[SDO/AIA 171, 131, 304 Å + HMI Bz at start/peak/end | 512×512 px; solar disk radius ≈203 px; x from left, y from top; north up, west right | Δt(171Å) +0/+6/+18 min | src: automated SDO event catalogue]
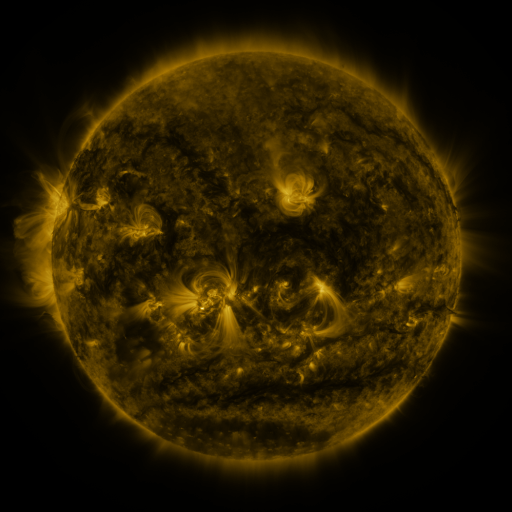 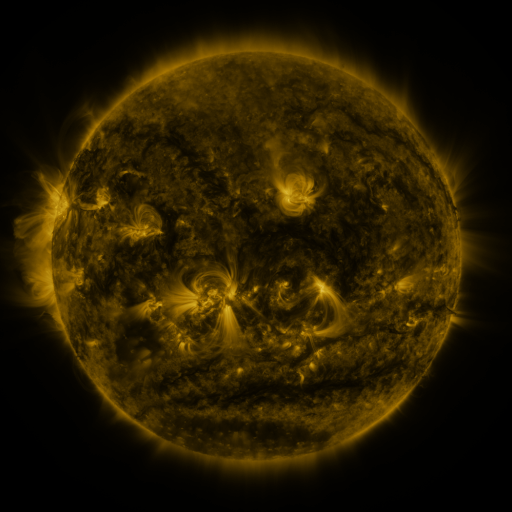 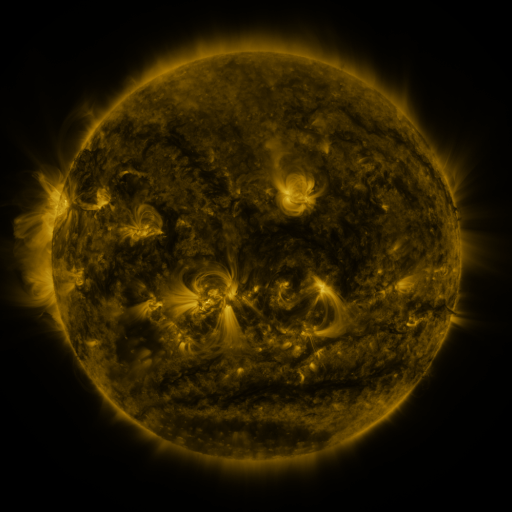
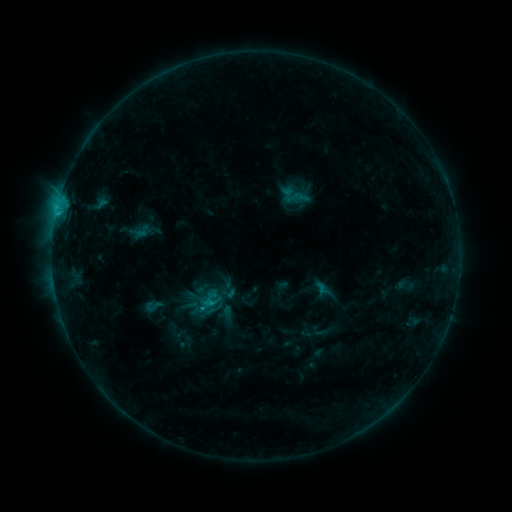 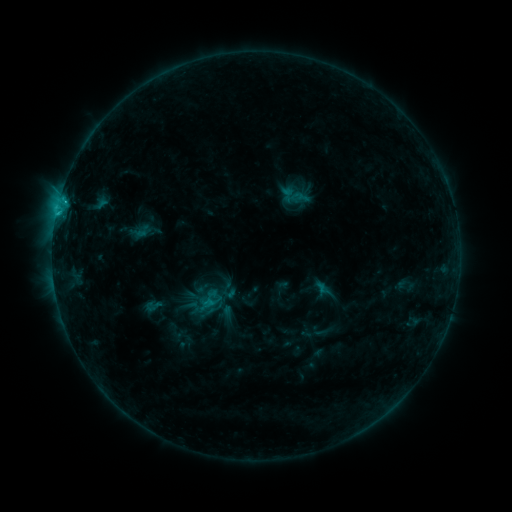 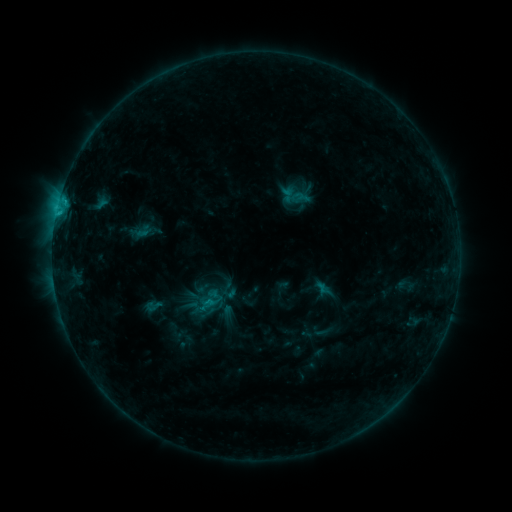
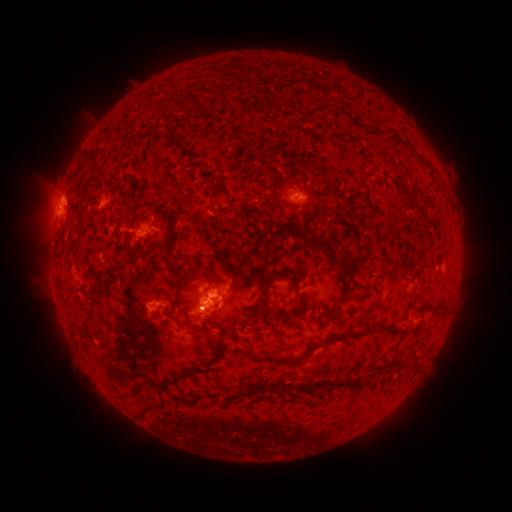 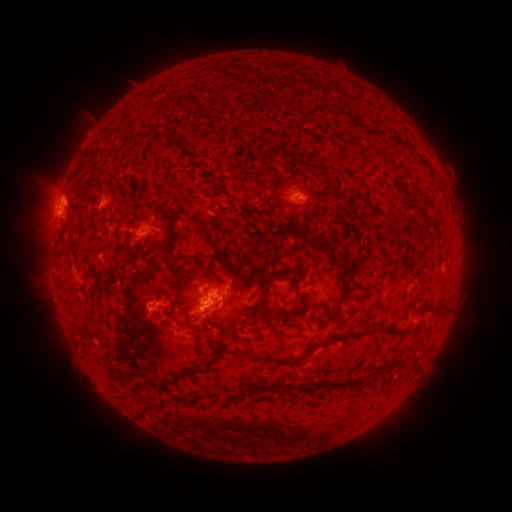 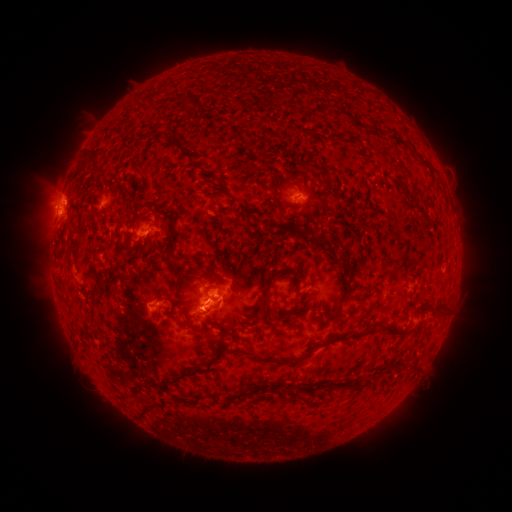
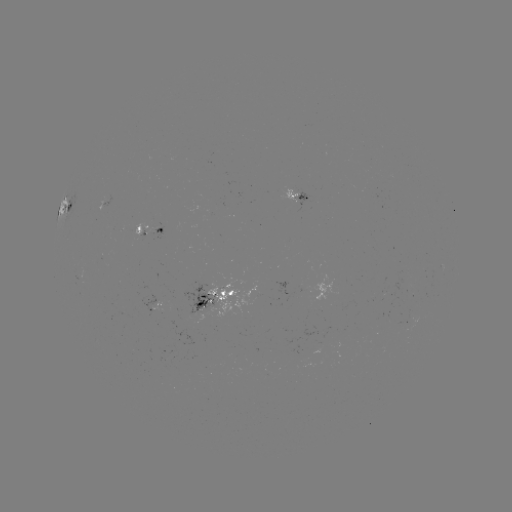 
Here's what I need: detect C1.9 flare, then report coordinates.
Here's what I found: C1.9 flare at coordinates (64, 203).